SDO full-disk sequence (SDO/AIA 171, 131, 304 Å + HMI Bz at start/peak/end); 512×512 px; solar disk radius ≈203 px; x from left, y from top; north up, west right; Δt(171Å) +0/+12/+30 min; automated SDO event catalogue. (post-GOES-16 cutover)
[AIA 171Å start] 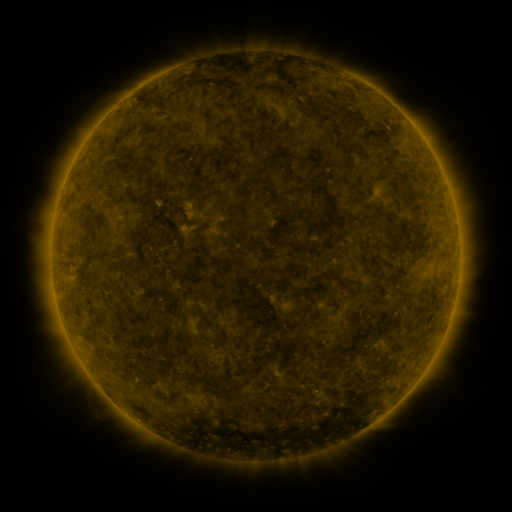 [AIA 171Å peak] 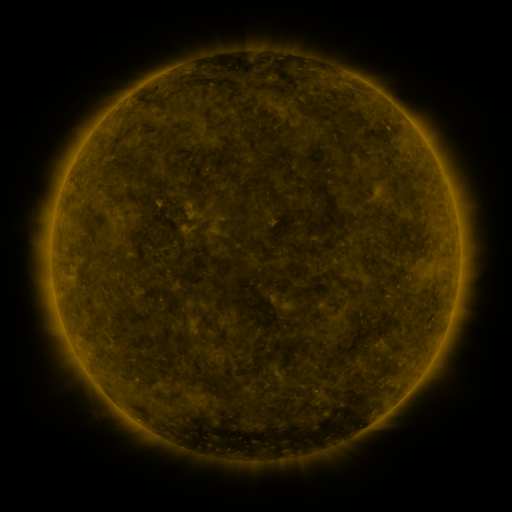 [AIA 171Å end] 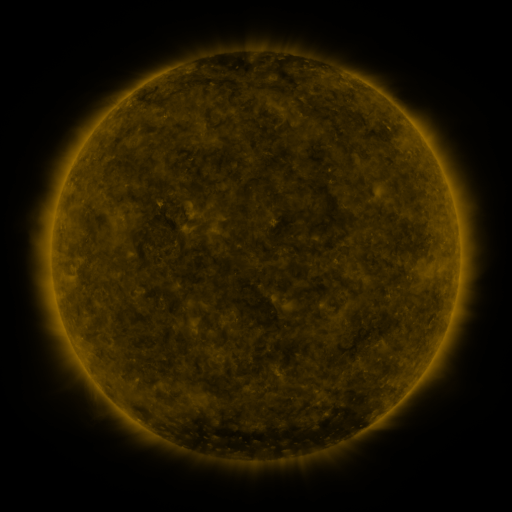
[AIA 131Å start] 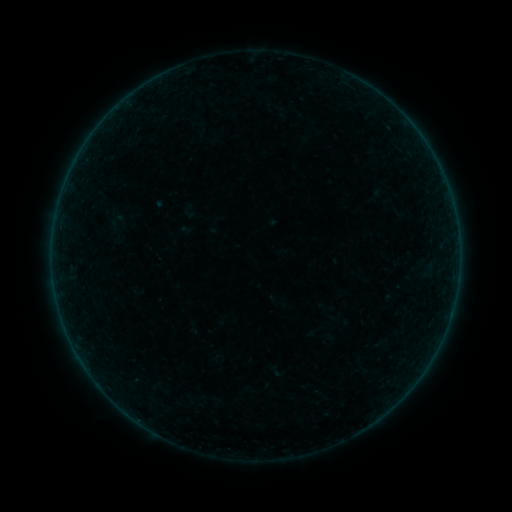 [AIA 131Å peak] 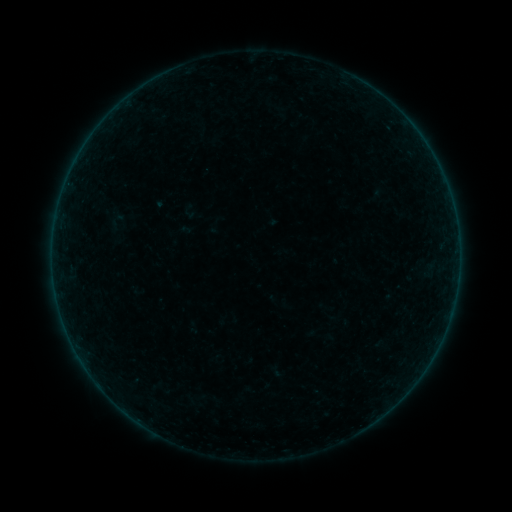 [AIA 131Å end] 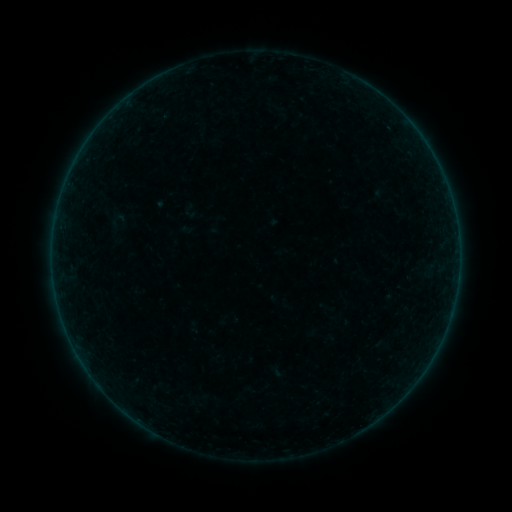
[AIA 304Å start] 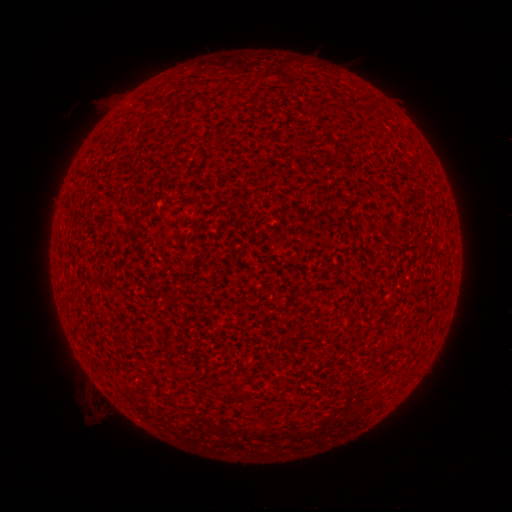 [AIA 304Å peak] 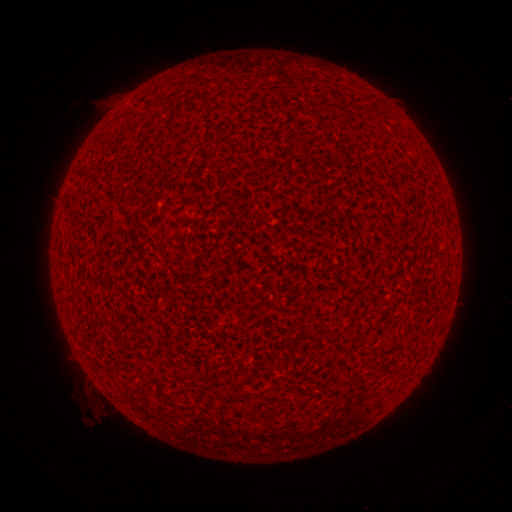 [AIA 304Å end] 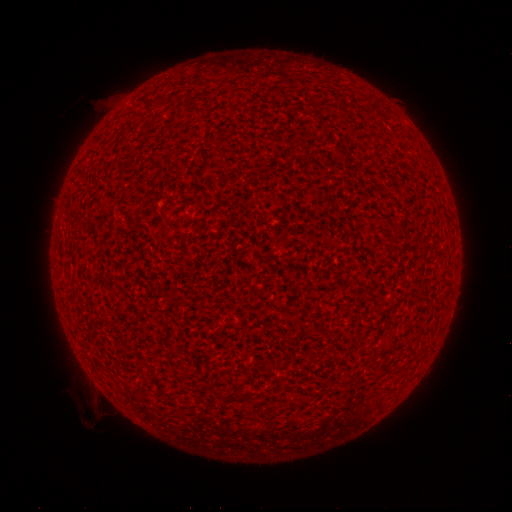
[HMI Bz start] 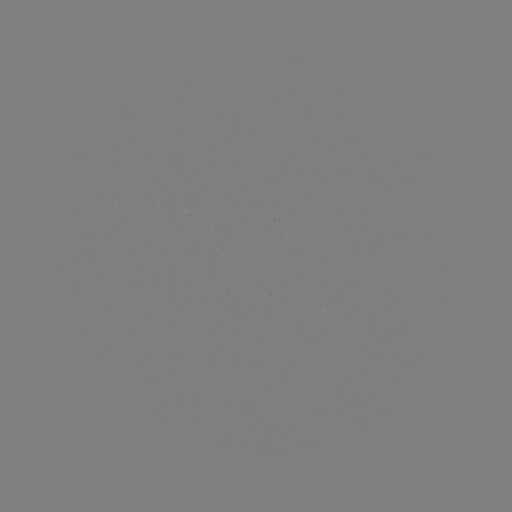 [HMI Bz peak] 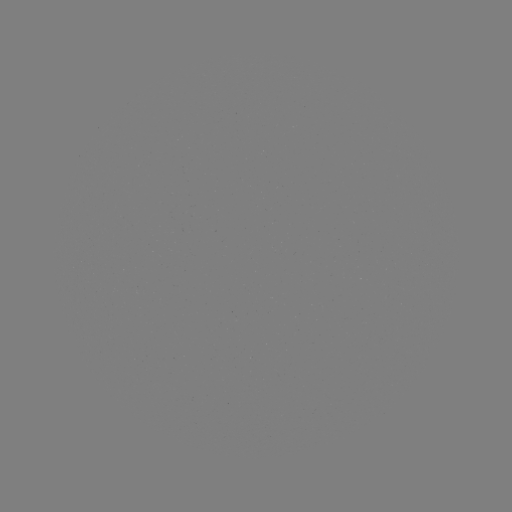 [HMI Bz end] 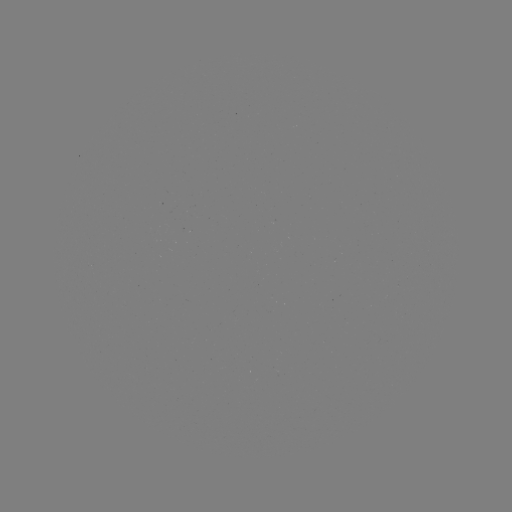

no flare in any classed list; no EUV-trigger detection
